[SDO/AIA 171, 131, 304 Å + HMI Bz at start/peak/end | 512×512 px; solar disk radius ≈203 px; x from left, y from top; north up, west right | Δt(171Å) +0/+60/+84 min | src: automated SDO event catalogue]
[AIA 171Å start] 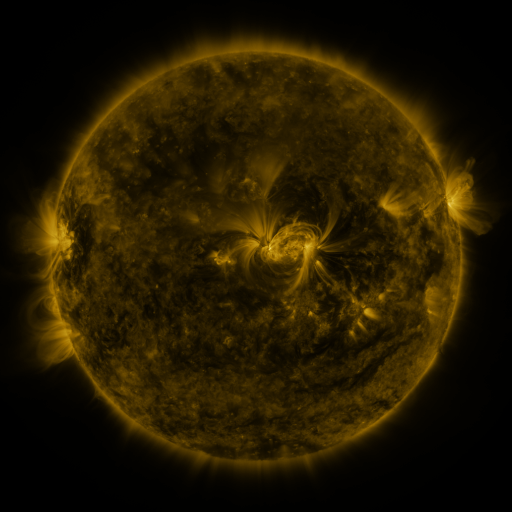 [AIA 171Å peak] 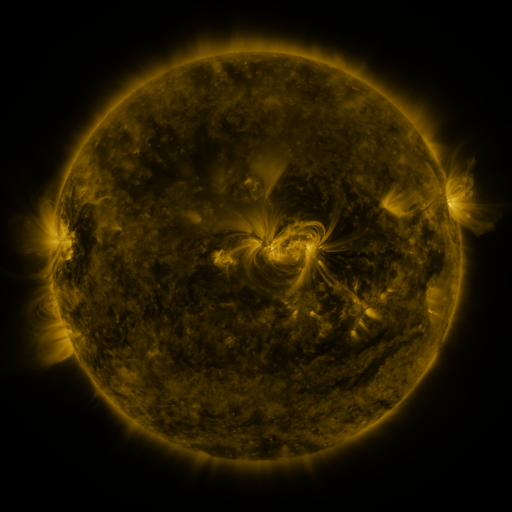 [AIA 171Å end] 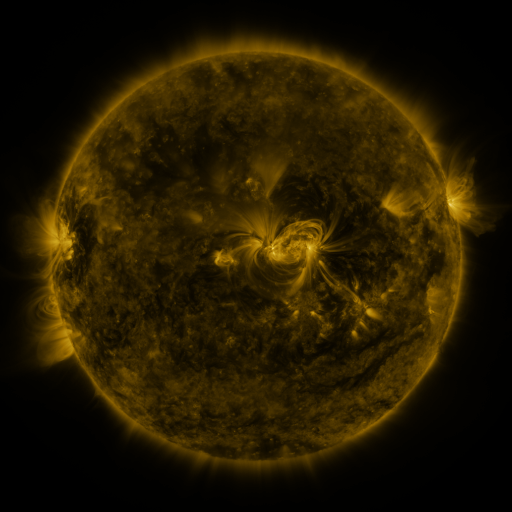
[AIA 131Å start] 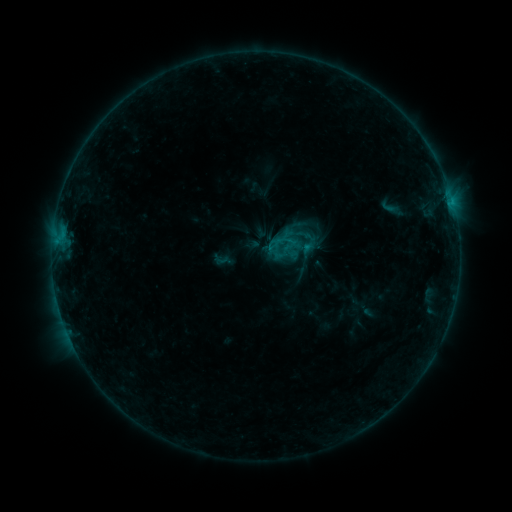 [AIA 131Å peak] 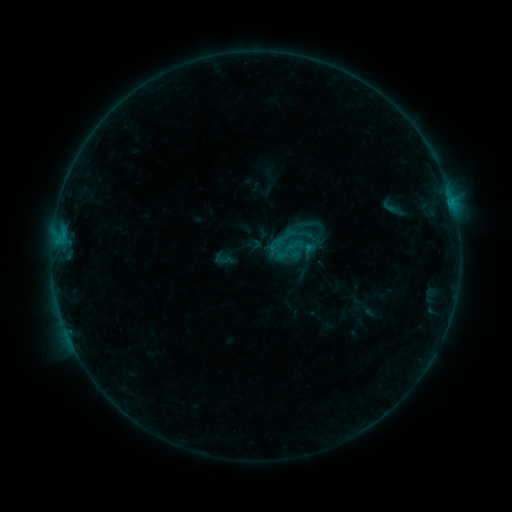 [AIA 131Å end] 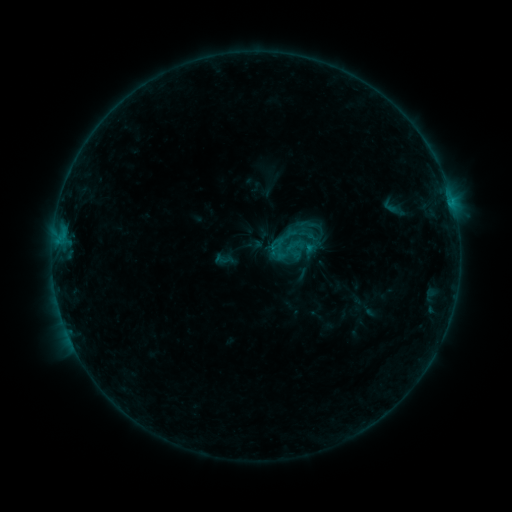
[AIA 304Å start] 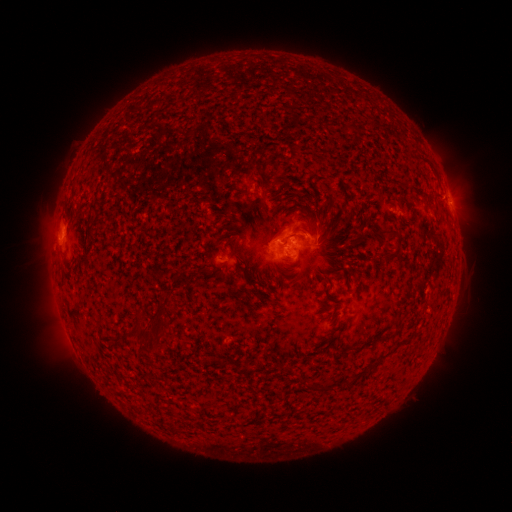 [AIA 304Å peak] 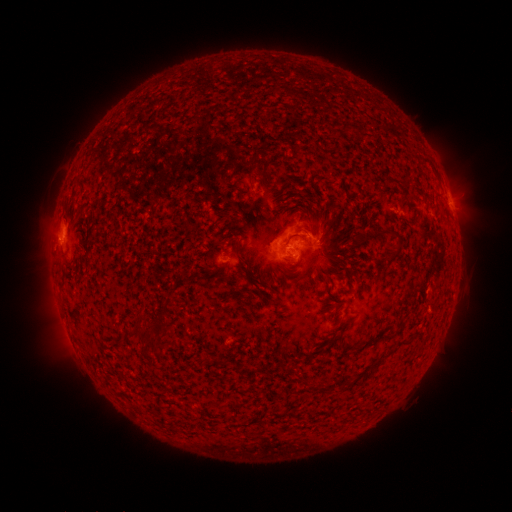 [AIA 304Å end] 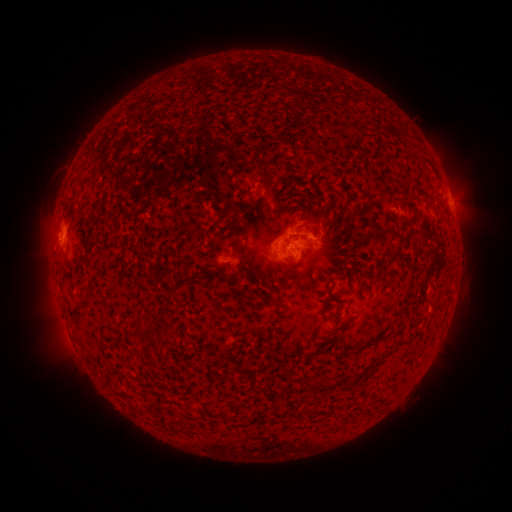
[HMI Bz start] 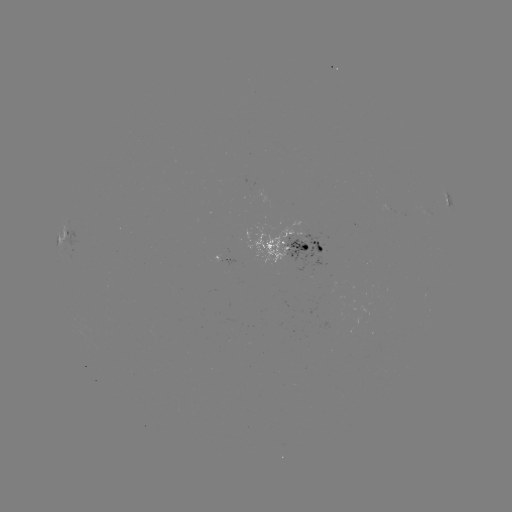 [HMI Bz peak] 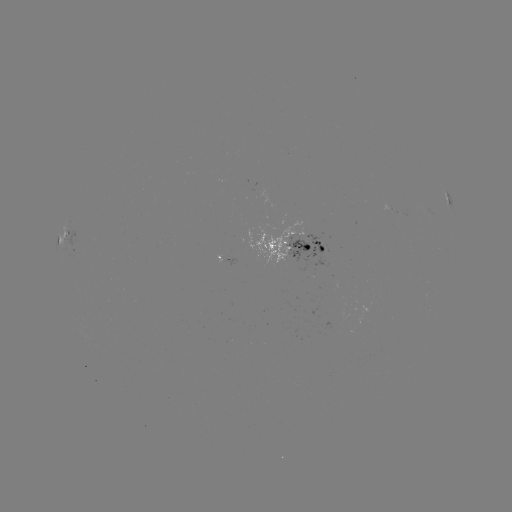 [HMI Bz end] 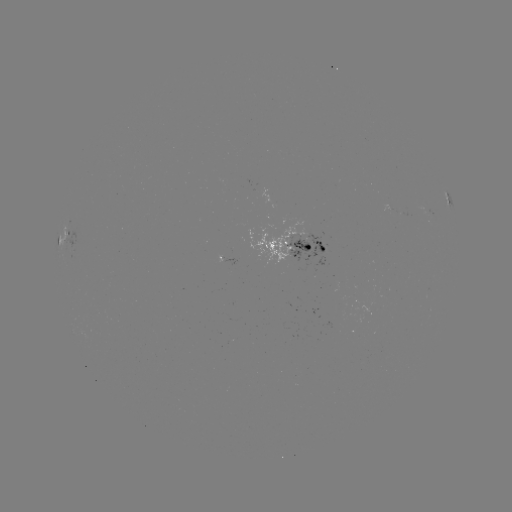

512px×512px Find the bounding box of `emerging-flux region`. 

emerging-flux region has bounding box [281, 222, 321, 270].